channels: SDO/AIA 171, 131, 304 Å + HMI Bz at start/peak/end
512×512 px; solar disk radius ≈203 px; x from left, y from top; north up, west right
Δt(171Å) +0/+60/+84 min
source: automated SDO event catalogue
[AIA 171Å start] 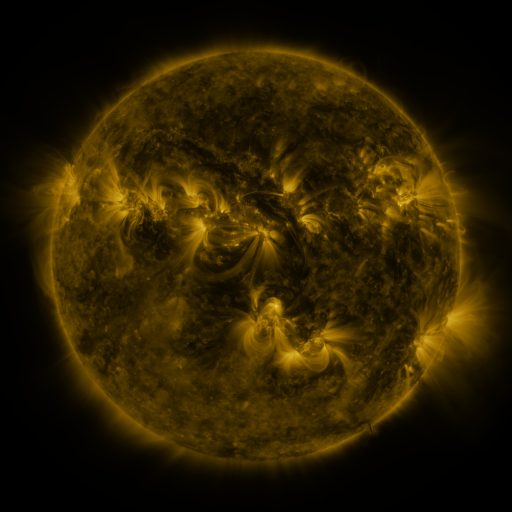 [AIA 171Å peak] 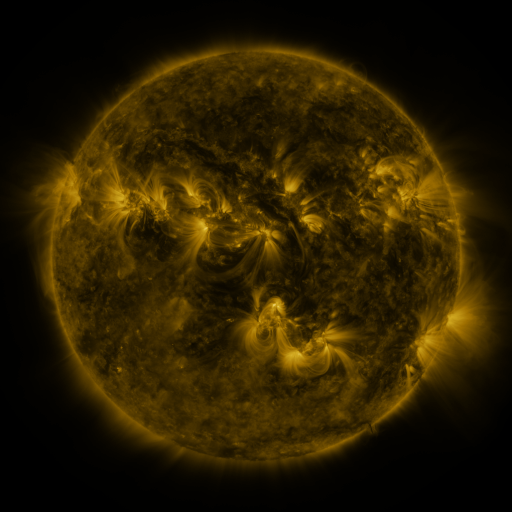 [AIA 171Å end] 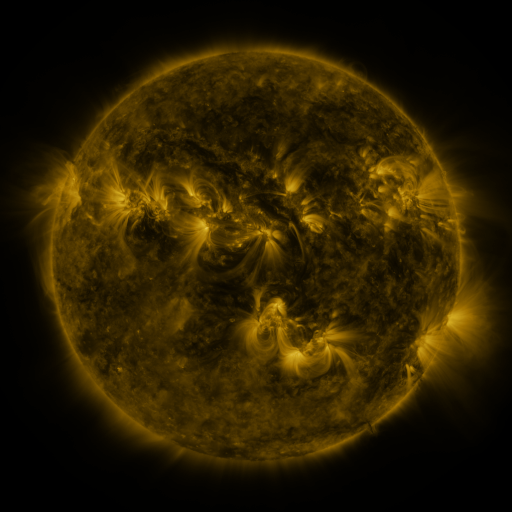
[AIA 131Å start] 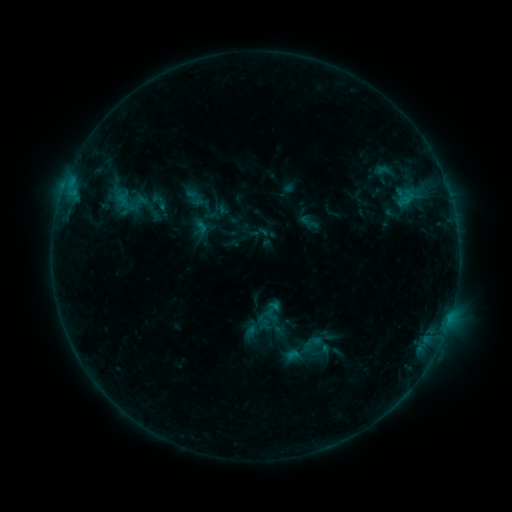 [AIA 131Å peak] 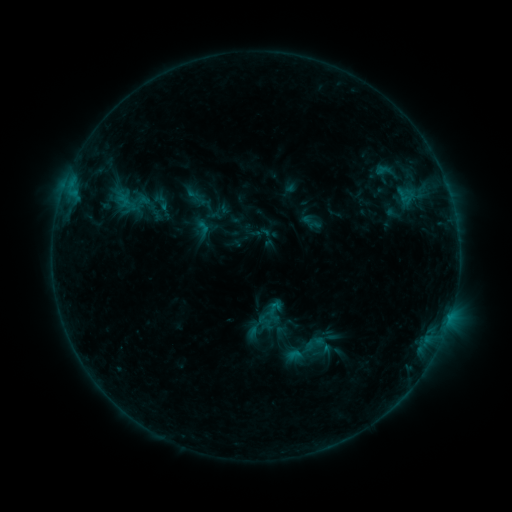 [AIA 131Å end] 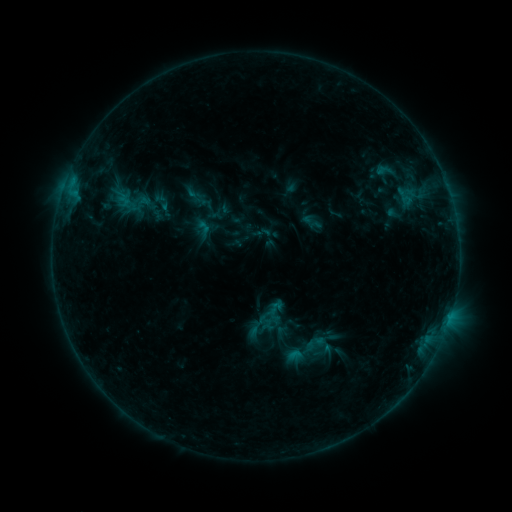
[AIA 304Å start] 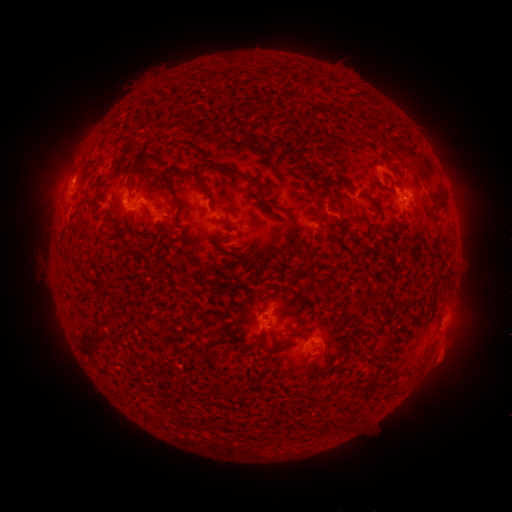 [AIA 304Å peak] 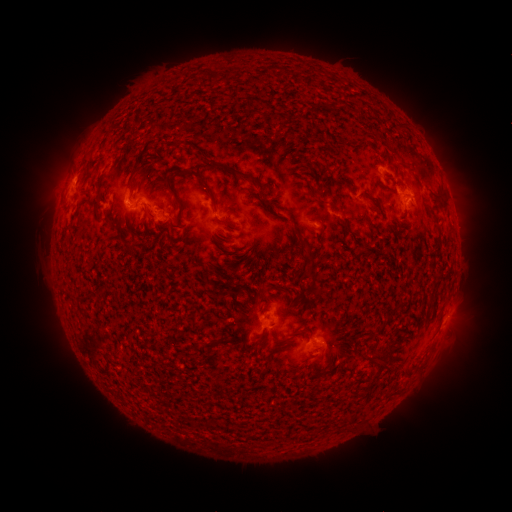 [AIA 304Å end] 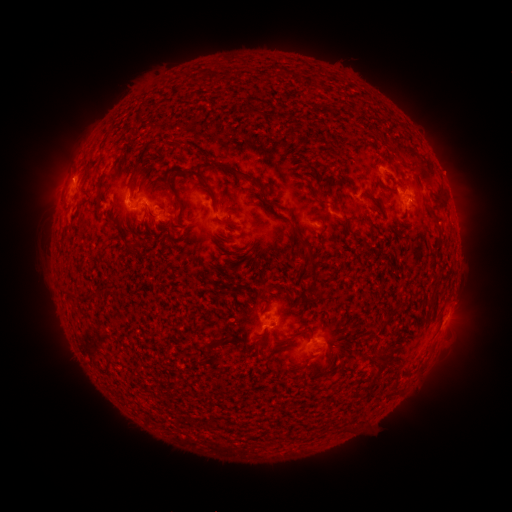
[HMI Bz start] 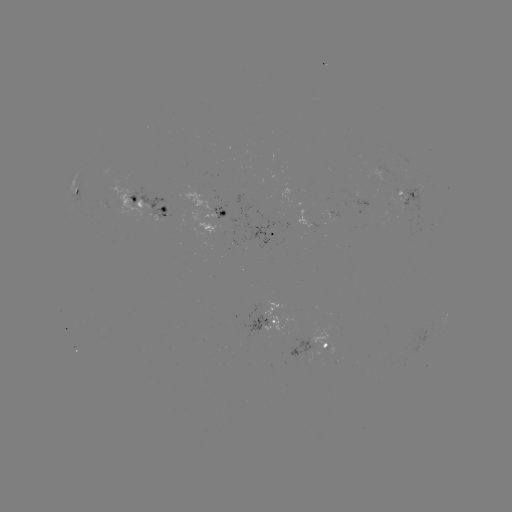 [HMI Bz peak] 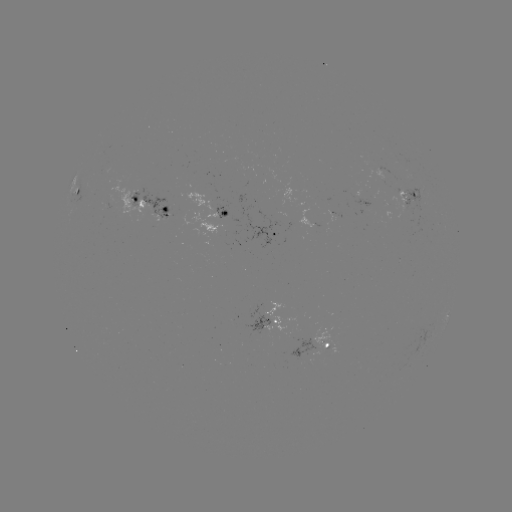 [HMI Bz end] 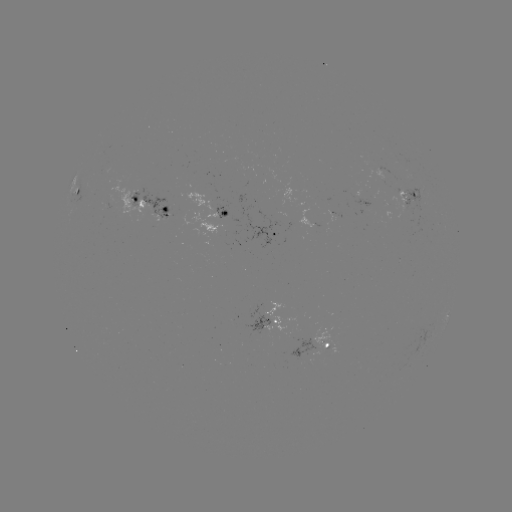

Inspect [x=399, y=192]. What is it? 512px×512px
emerging-flux region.